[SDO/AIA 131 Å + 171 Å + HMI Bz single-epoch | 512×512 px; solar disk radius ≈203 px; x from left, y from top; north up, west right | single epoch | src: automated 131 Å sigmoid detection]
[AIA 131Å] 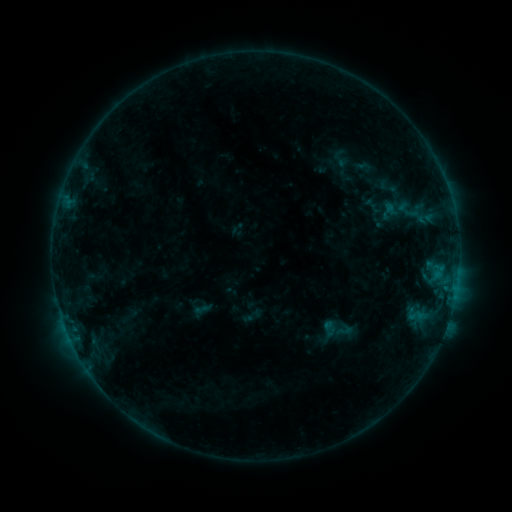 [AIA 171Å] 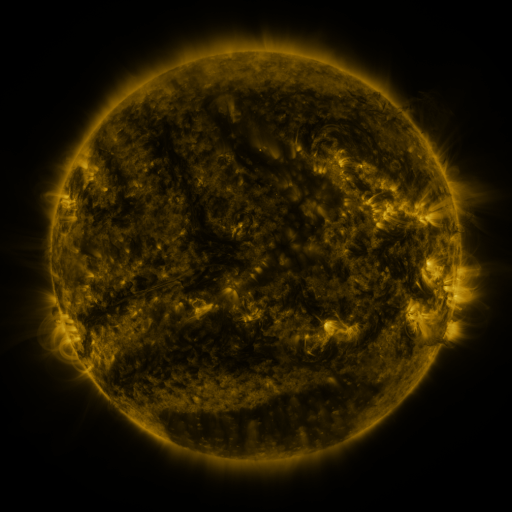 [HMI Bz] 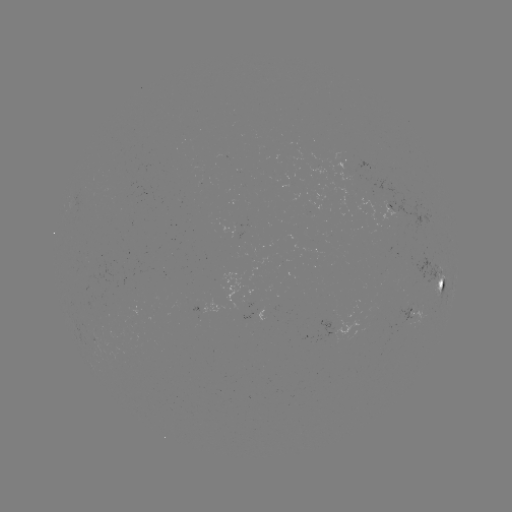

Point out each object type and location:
sigmoid: (320, 311, 354, 348)
